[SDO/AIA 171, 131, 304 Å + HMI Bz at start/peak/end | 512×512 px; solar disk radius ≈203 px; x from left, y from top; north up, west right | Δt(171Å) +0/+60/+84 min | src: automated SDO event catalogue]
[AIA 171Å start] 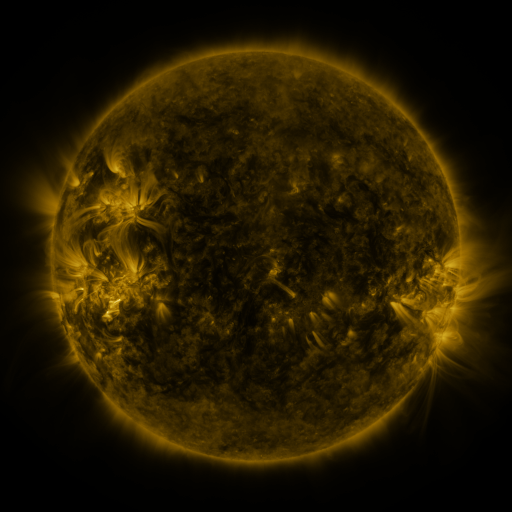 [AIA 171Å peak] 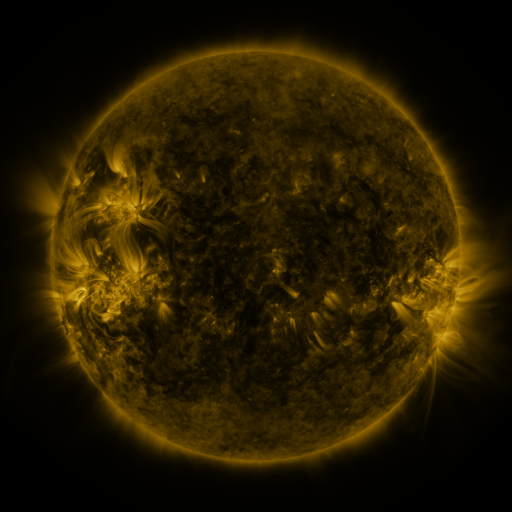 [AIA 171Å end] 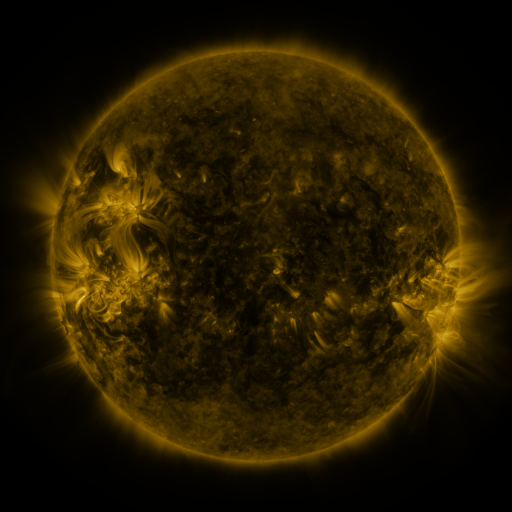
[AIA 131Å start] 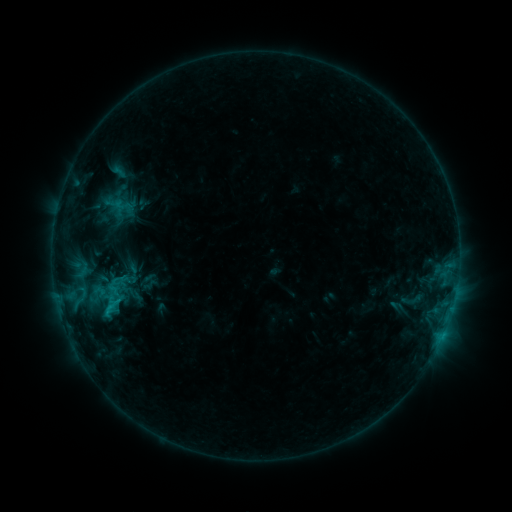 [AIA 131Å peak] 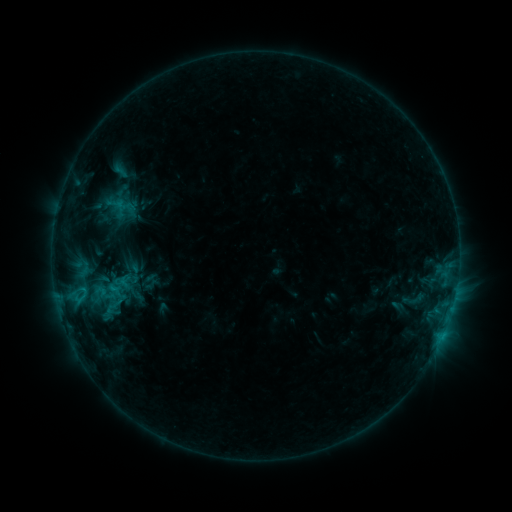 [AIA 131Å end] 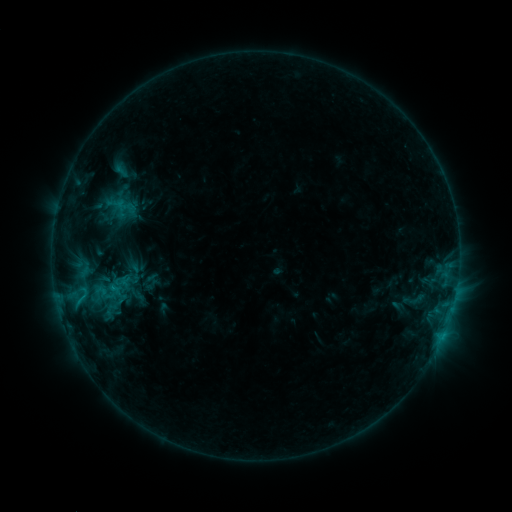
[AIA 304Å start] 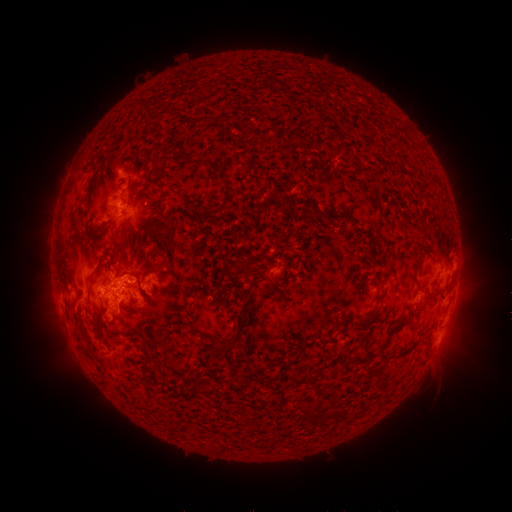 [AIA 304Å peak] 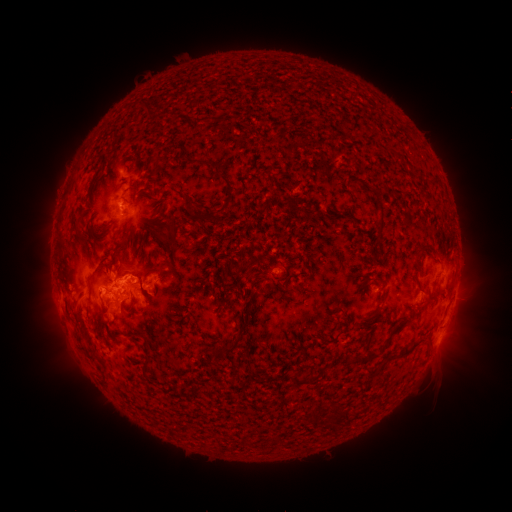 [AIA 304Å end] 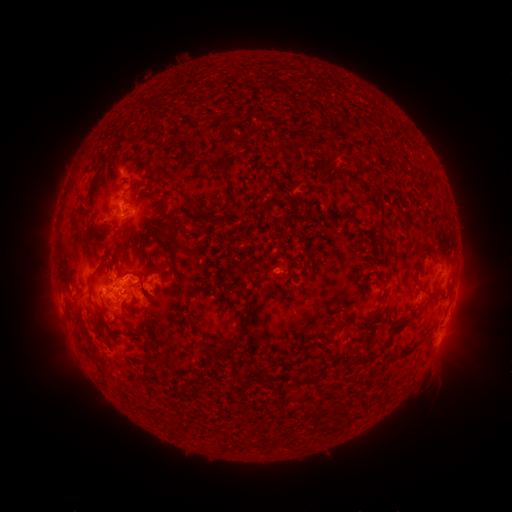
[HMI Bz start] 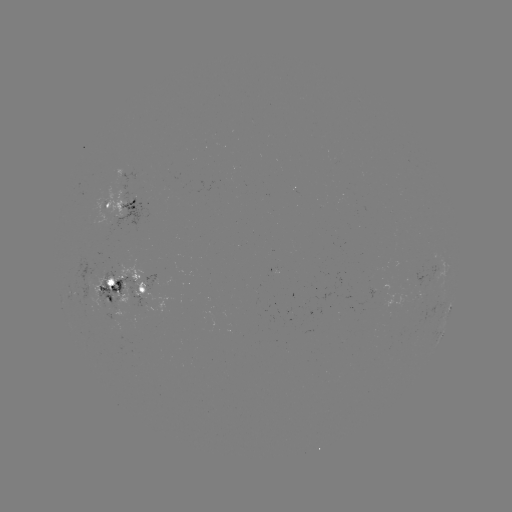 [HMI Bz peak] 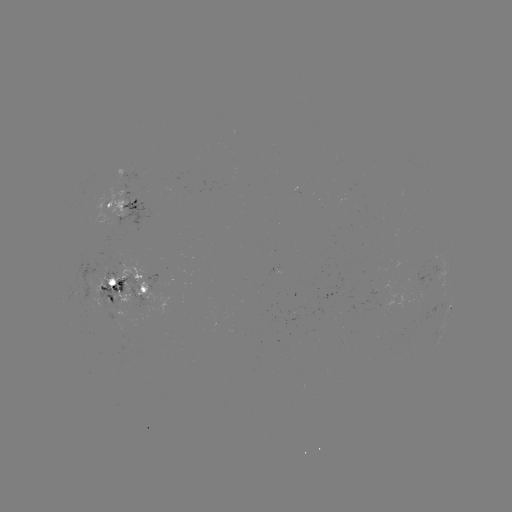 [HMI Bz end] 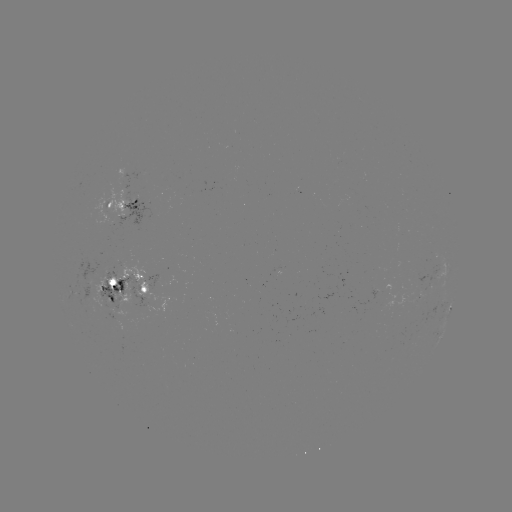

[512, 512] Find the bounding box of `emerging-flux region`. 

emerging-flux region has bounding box [369, 288, 376, 301].